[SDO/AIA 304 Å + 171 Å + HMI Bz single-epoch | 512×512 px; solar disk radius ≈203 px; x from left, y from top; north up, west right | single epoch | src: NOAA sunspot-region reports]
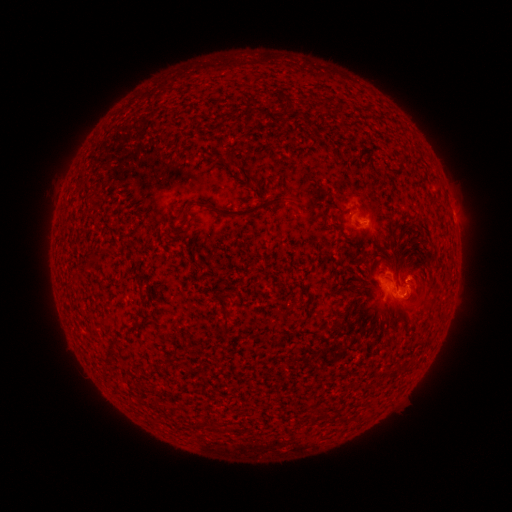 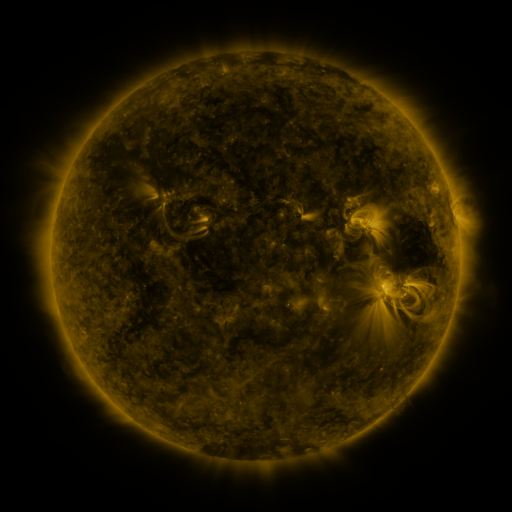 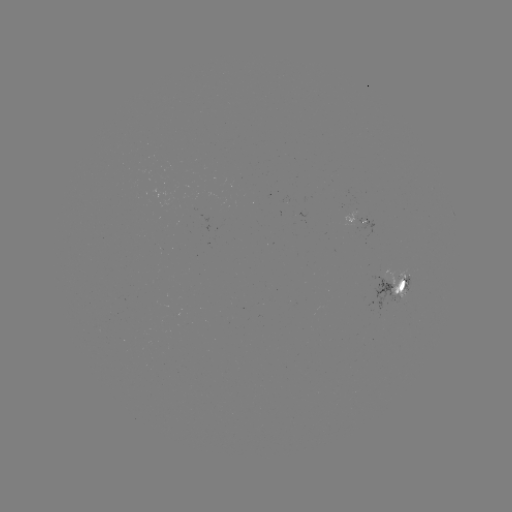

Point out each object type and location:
spotted active region: (454, 215)
spotted active region: (361, 226)
spotted active region: (394, 288)
